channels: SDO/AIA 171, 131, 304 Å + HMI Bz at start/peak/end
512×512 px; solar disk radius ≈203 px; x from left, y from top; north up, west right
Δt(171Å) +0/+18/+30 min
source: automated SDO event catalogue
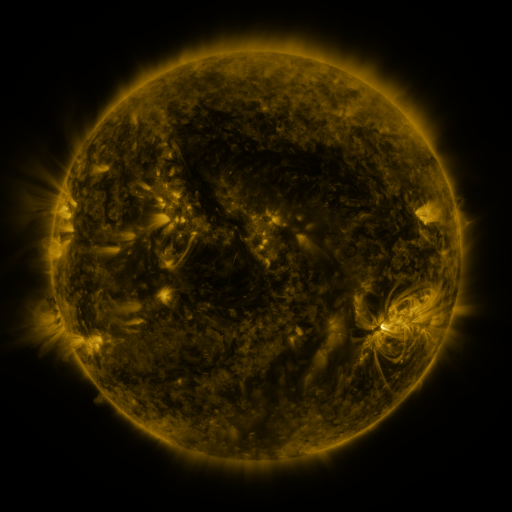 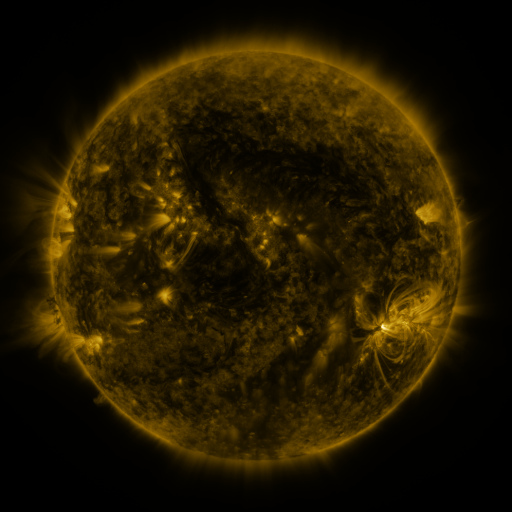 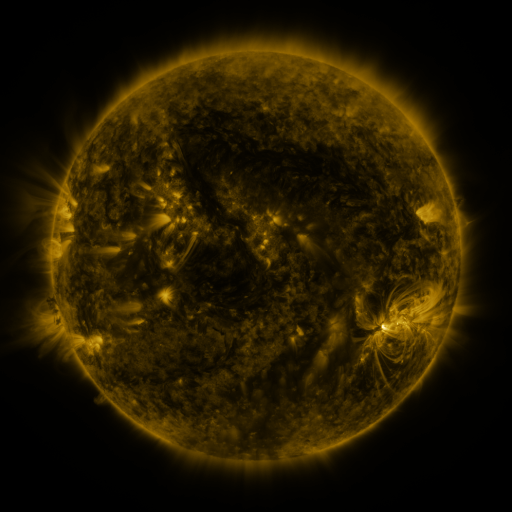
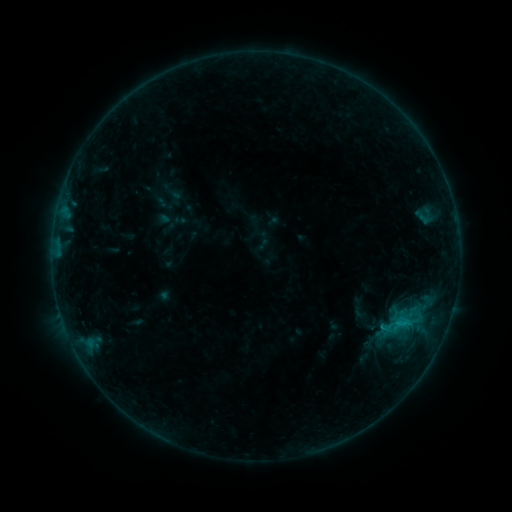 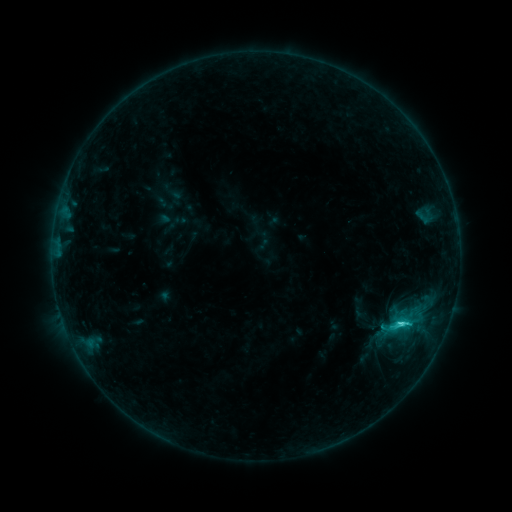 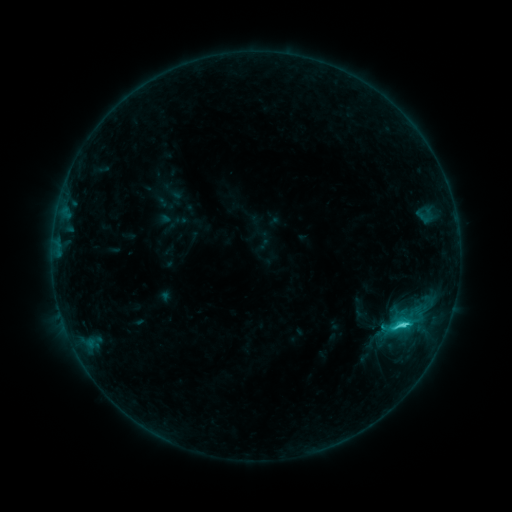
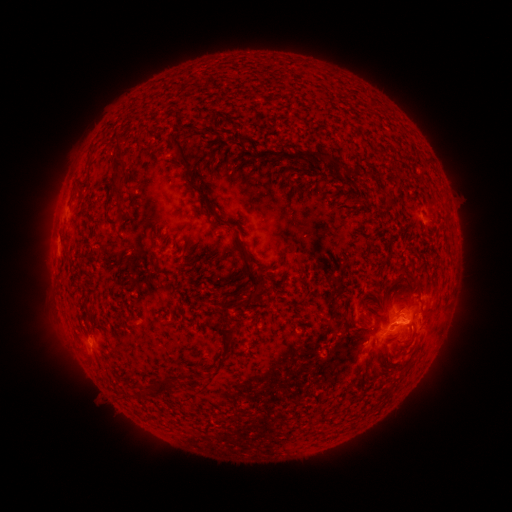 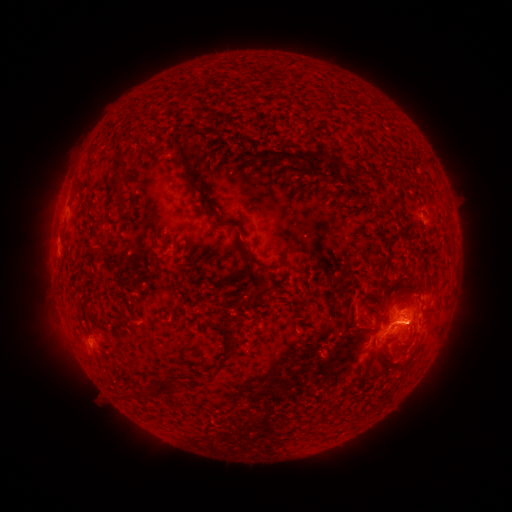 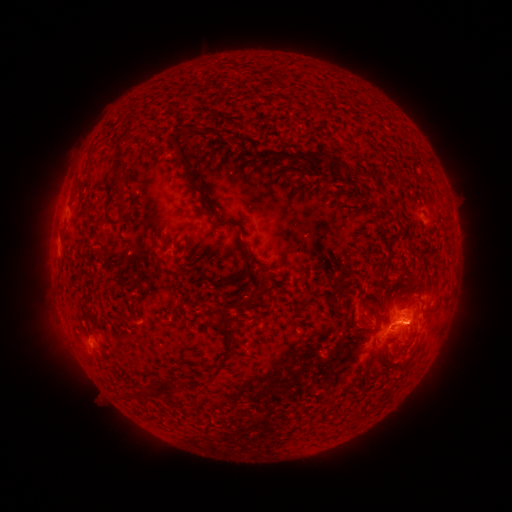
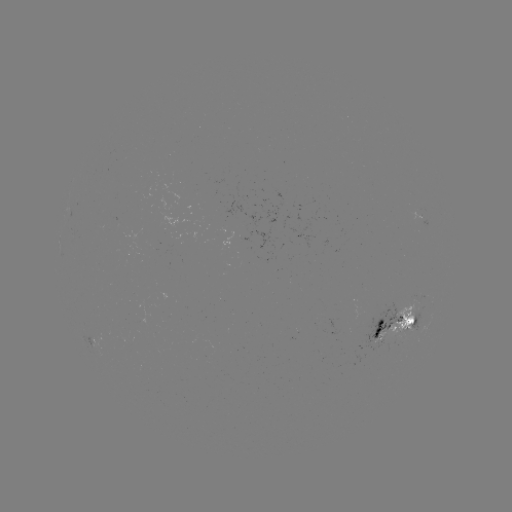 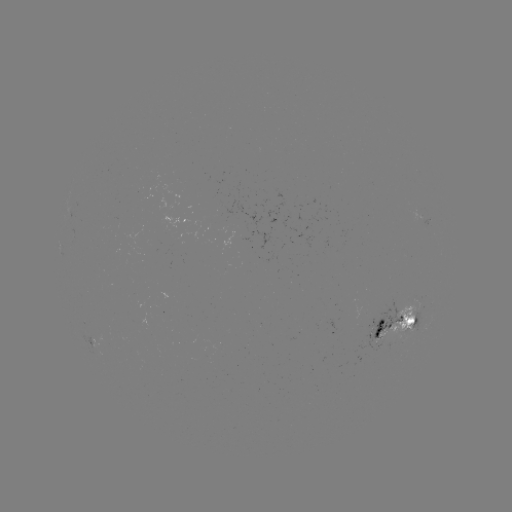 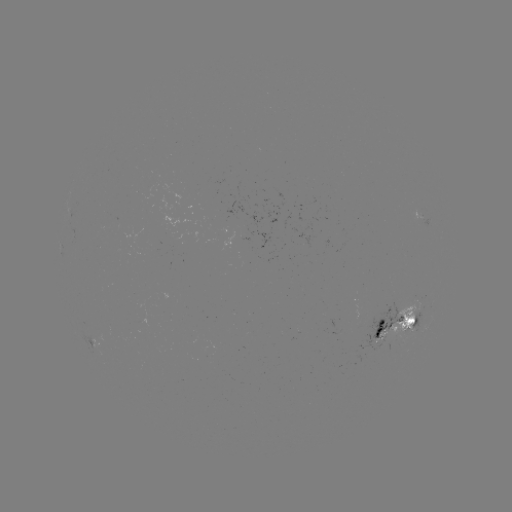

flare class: C2.5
